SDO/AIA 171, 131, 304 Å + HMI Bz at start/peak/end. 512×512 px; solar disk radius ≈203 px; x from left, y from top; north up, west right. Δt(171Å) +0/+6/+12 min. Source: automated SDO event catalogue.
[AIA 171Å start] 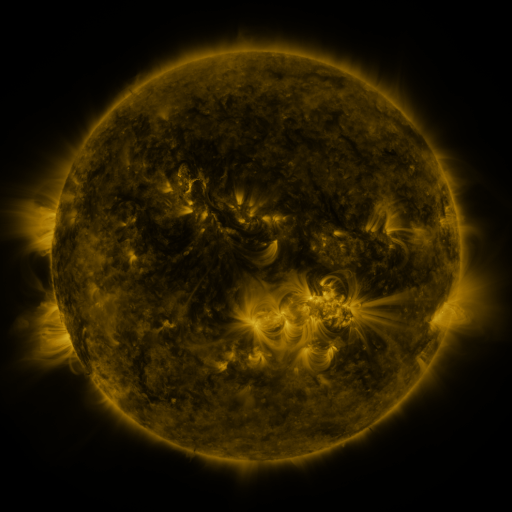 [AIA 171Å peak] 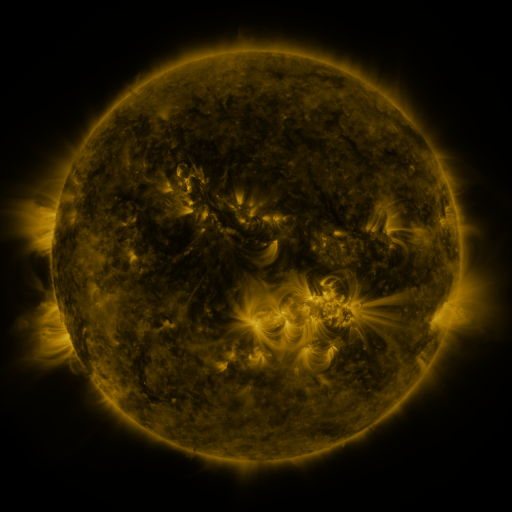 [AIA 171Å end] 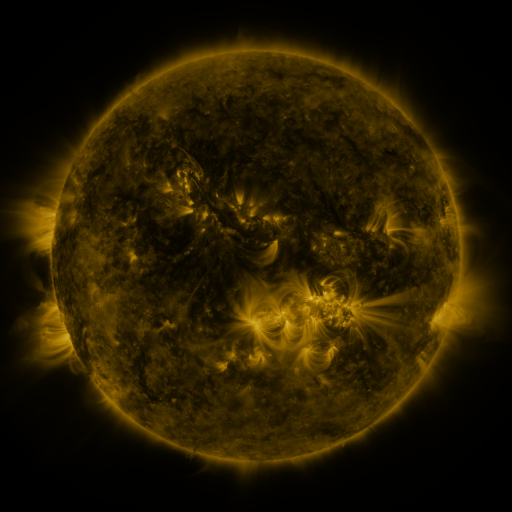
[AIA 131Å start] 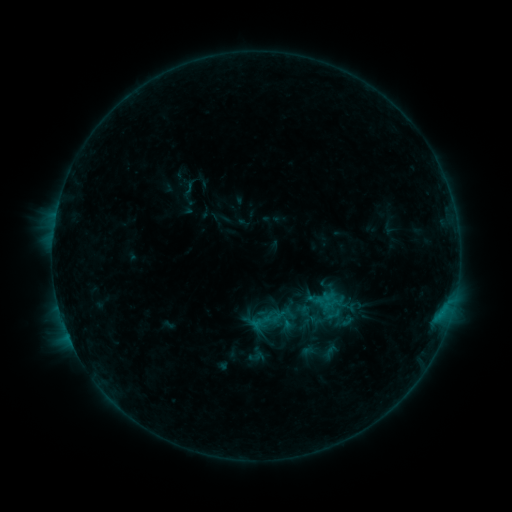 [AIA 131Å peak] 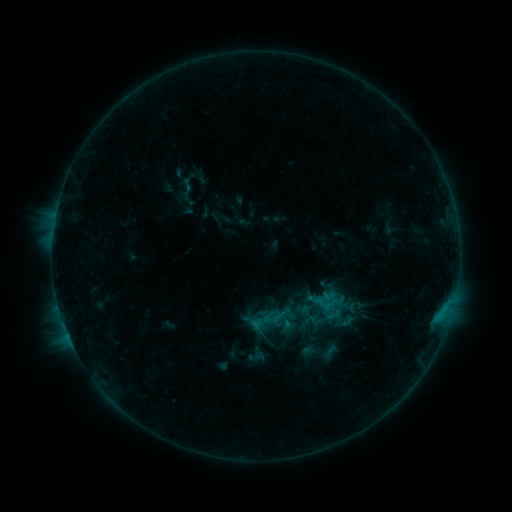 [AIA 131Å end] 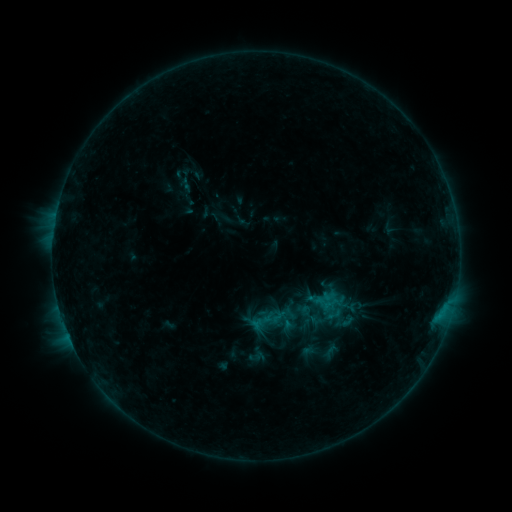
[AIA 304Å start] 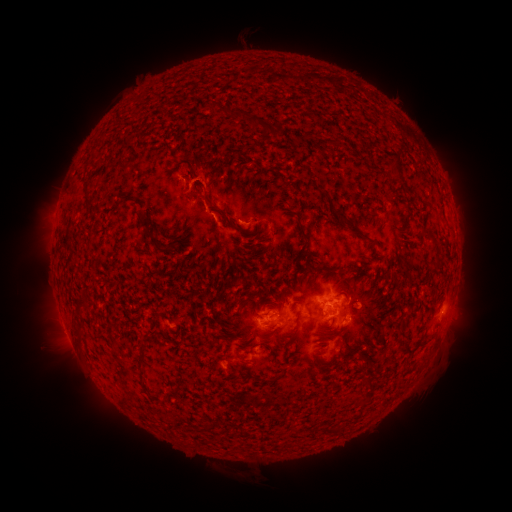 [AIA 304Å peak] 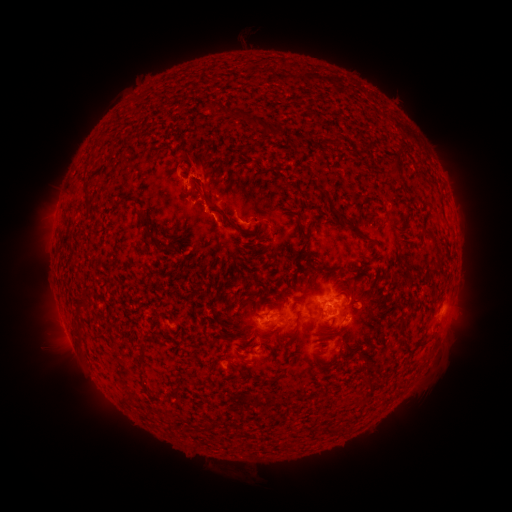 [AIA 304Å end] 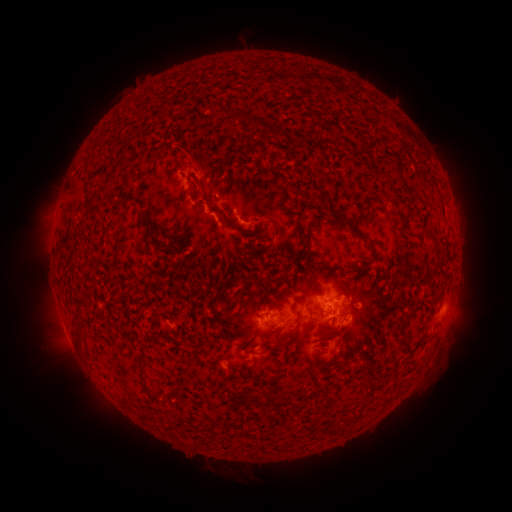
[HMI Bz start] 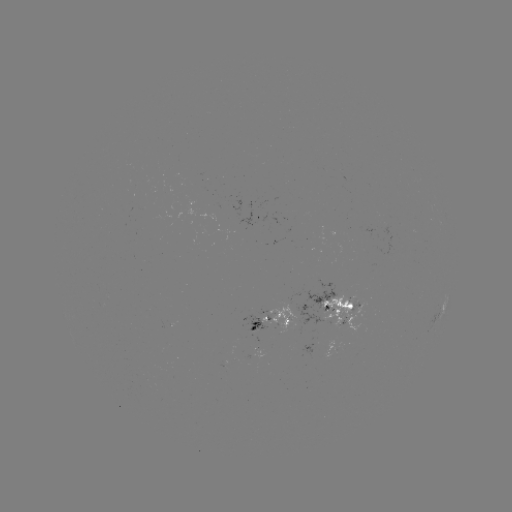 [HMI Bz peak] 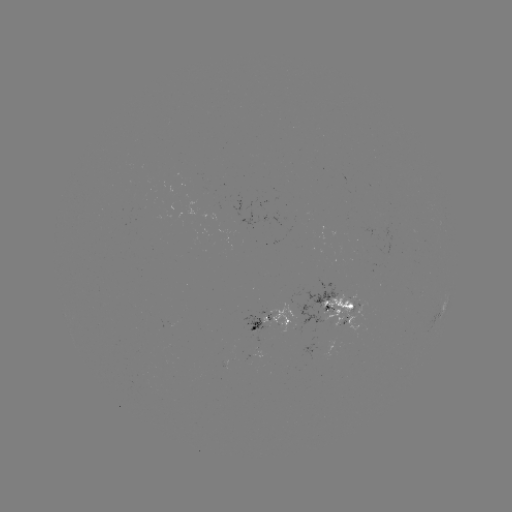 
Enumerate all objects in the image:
eruption: (195, 125)
